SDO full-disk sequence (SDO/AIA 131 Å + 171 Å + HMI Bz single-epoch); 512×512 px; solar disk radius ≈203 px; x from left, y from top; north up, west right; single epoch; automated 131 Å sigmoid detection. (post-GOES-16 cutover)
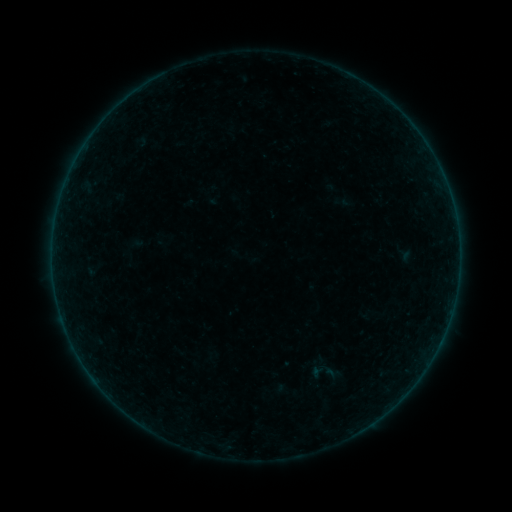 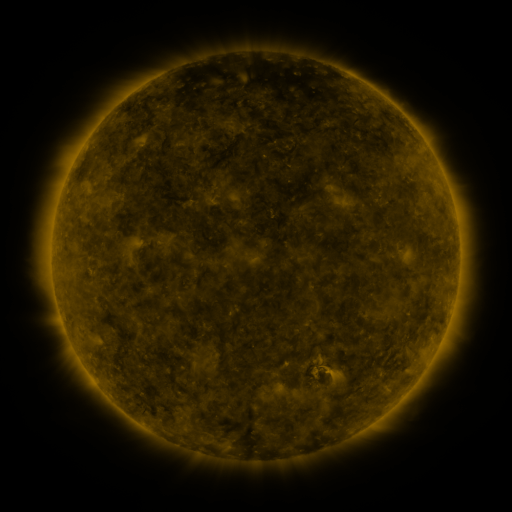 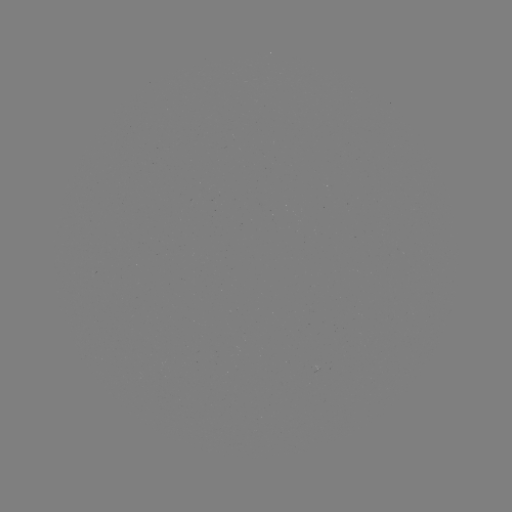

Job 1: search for sigmoid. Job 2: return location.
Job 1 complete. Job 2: [324, 367].